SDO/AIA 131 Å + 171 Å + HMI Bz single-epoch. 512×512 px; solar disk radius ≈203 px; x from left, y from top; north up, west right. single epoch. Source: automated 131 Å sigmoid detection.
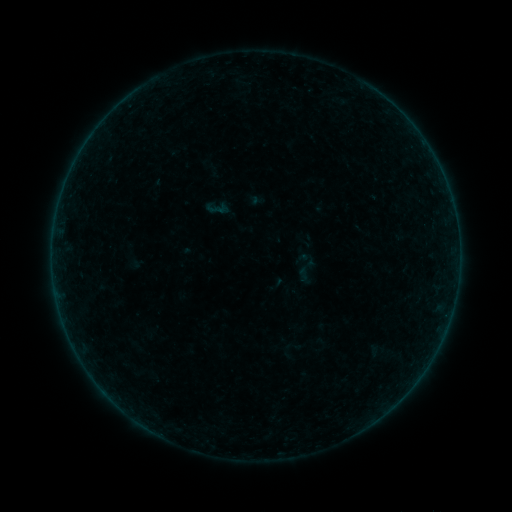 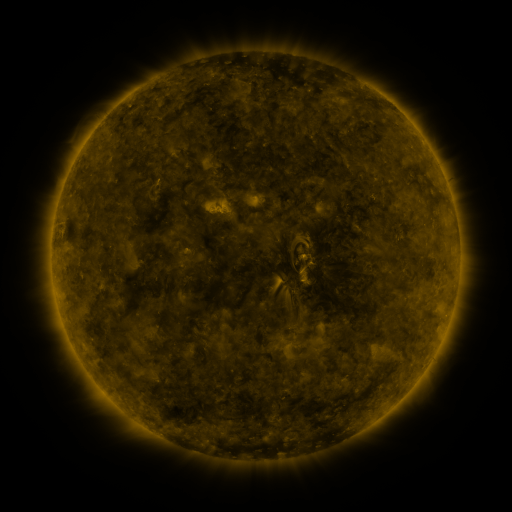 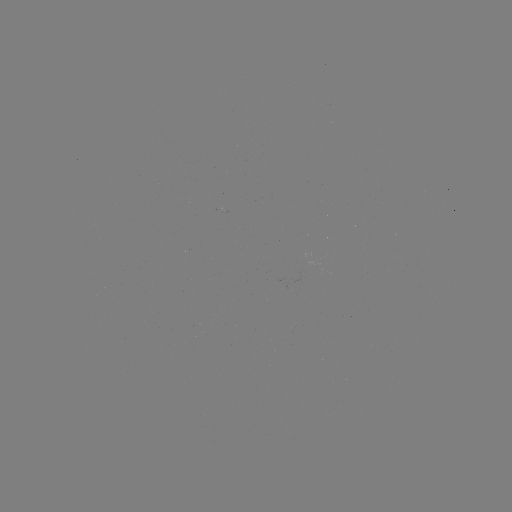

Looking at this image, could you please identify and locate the sigmoid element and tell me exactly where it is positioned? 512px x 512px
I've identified sigmoid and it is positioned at [304, 273].